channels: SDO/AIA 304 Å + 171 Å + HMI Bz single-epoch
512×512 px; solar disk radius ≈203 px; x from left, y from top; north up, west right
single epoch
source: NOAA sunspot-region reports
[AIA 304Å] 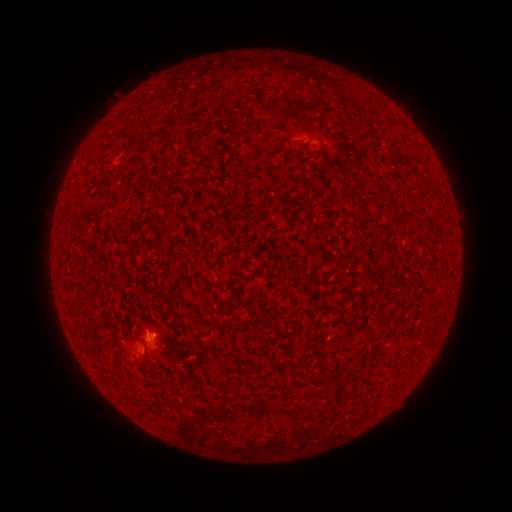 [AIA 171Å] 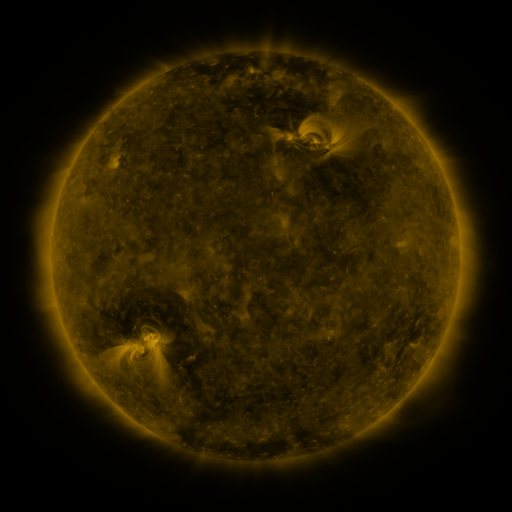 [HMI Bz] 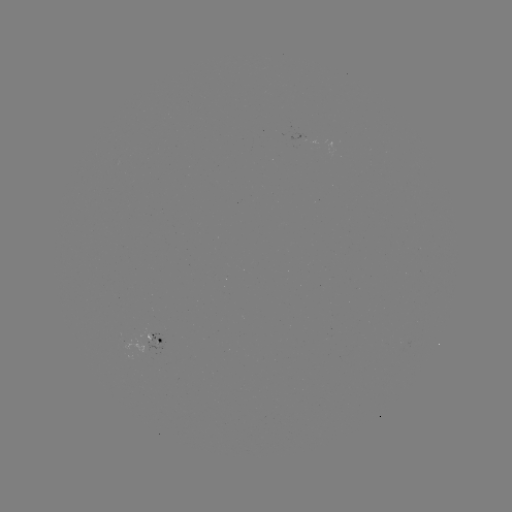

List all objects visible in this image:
(none)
